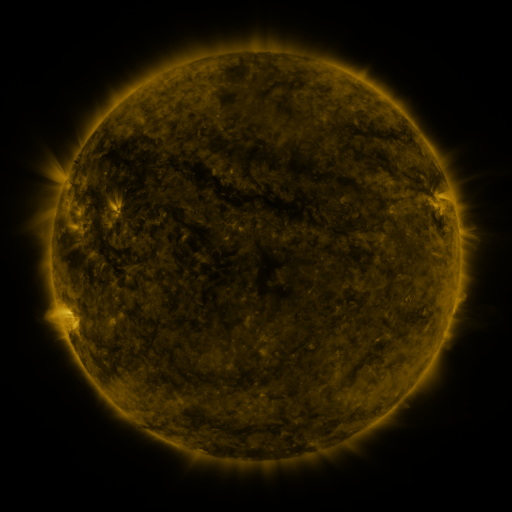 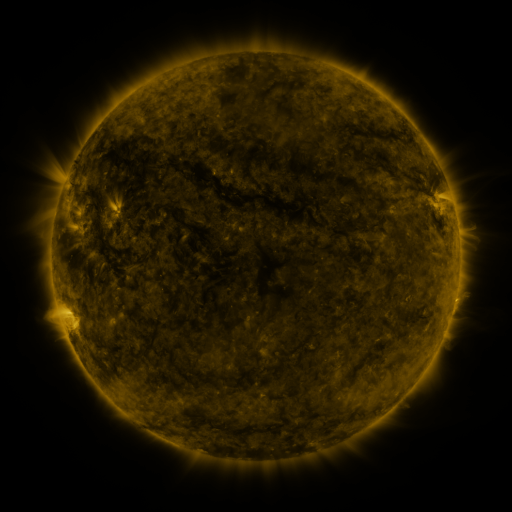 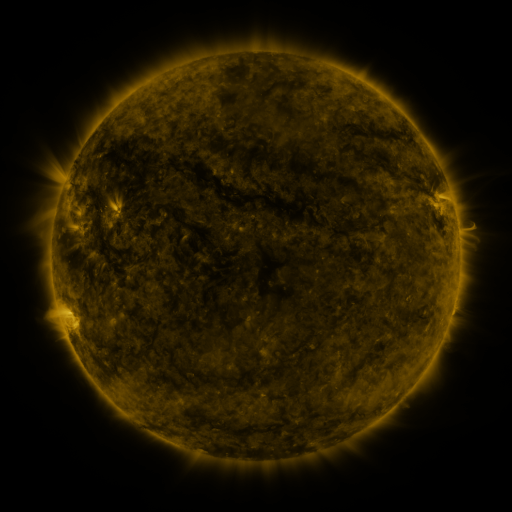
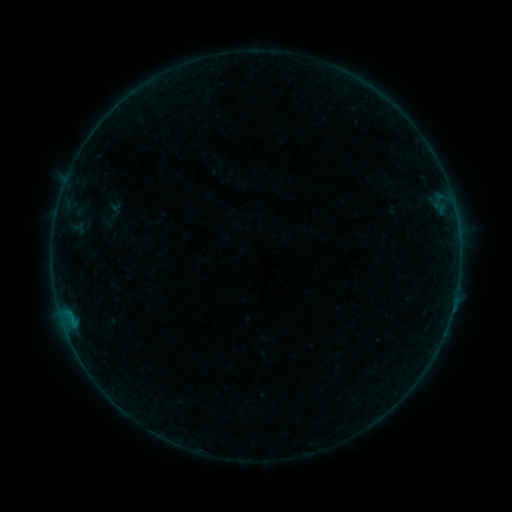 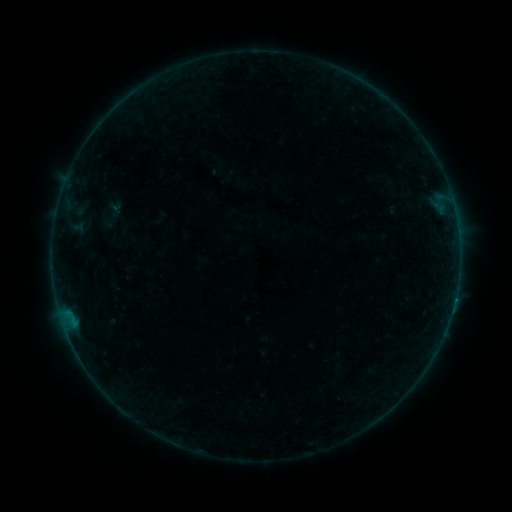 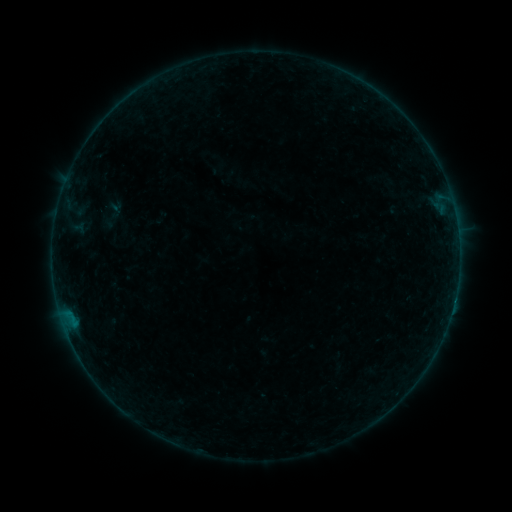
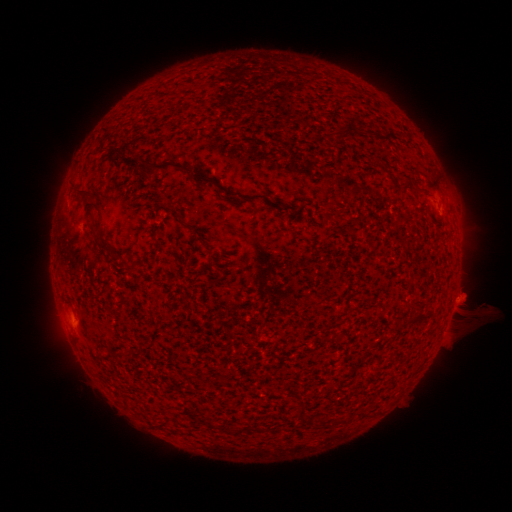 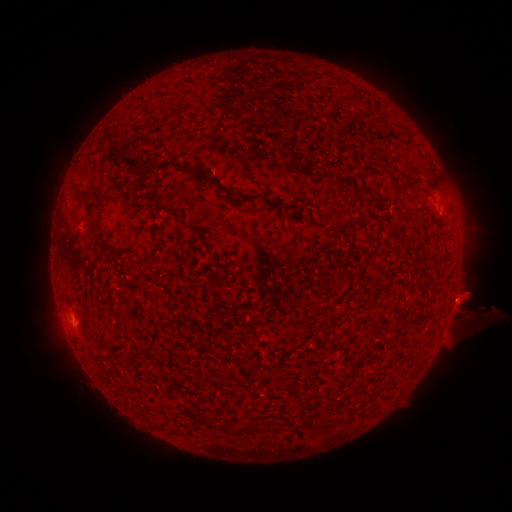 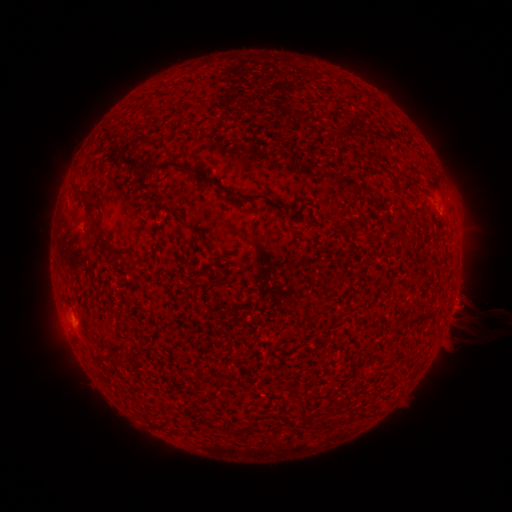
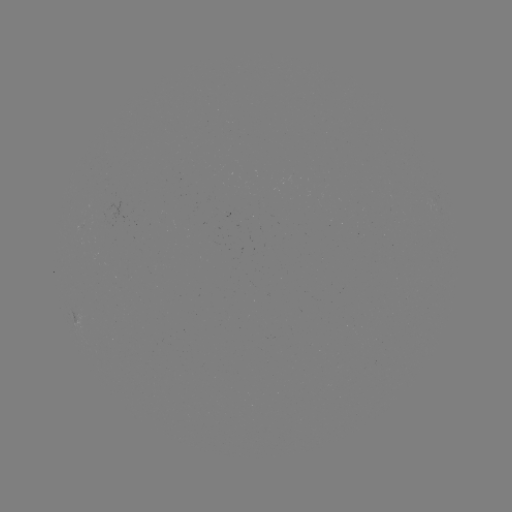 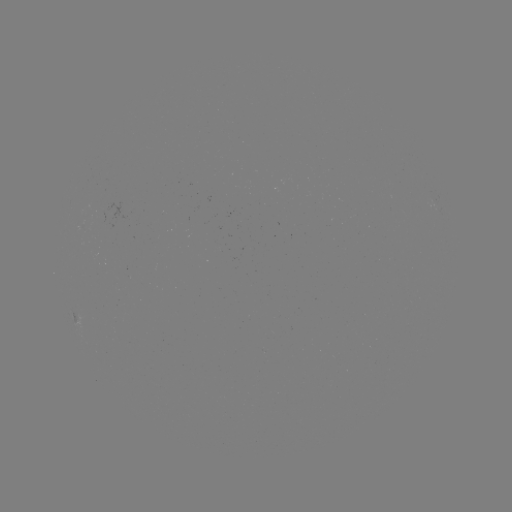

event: flare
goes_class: B3.0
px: (454, 298)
